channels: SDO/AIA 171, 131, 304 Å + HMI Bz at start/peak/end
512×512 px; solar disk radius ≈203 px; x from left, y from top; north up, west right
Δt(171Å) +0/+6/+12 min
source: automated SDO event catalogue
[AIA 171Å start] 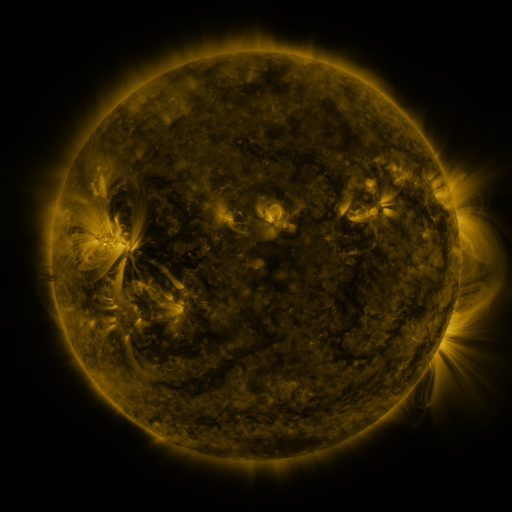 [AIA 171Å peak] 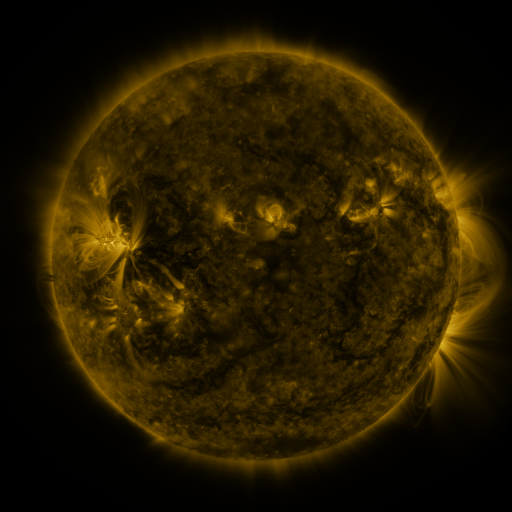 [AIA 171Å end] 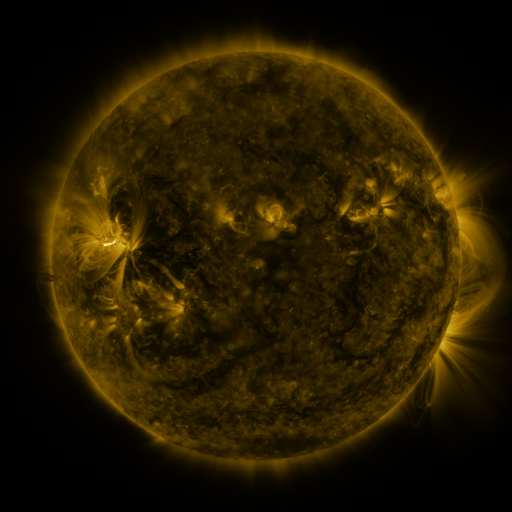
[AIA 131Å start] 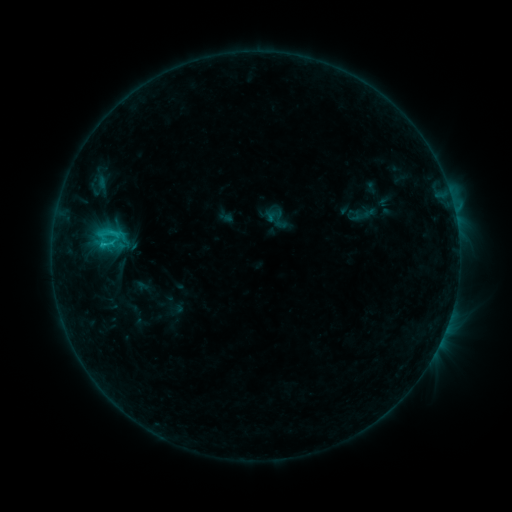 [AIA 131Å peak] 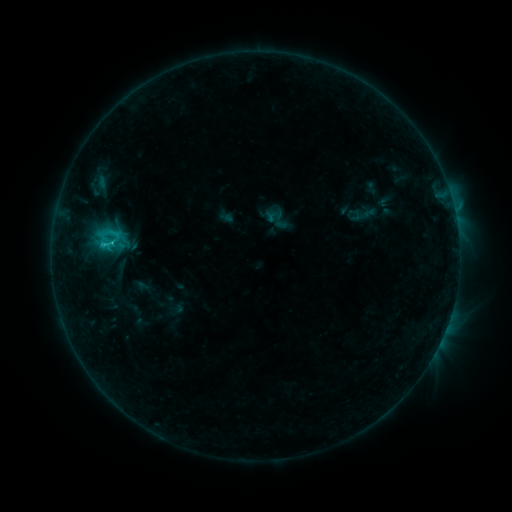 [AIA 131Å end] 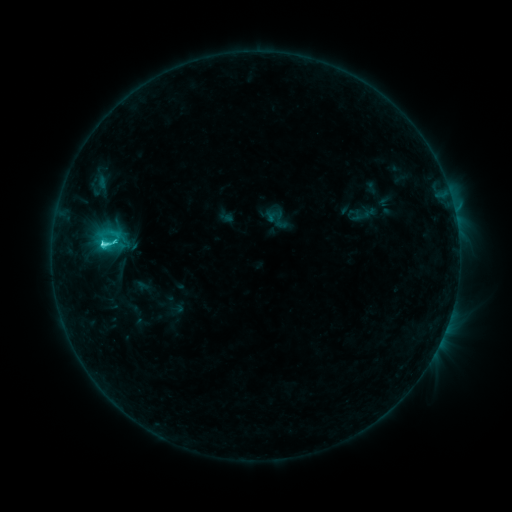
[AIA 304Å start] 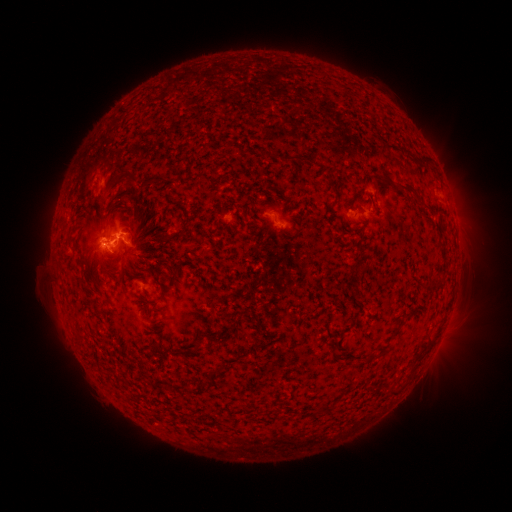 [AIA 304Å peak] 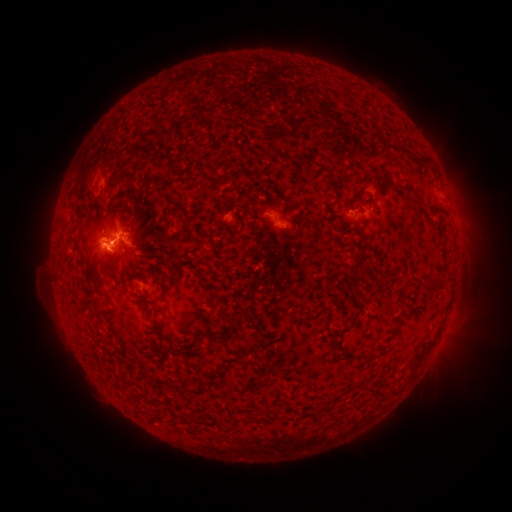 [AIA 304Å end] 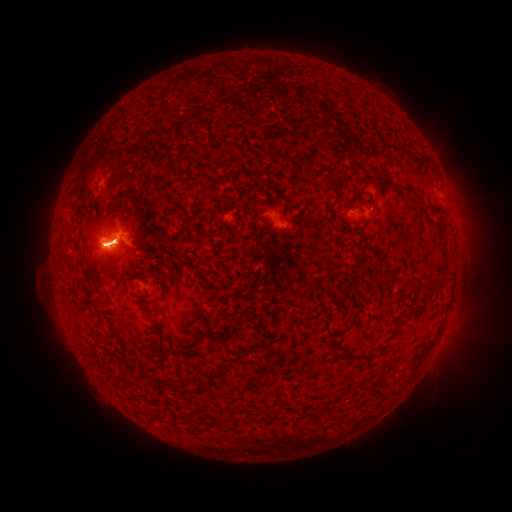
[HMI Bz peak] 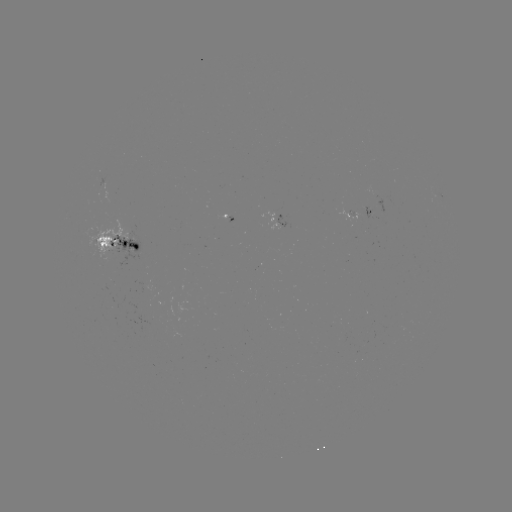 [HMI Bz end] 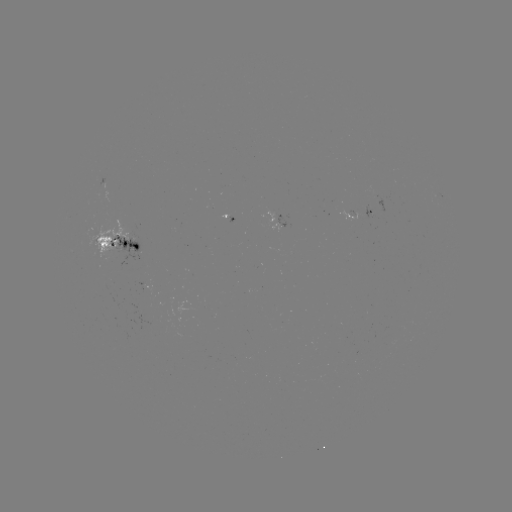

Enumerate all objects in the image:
eruption: (107, 244)
